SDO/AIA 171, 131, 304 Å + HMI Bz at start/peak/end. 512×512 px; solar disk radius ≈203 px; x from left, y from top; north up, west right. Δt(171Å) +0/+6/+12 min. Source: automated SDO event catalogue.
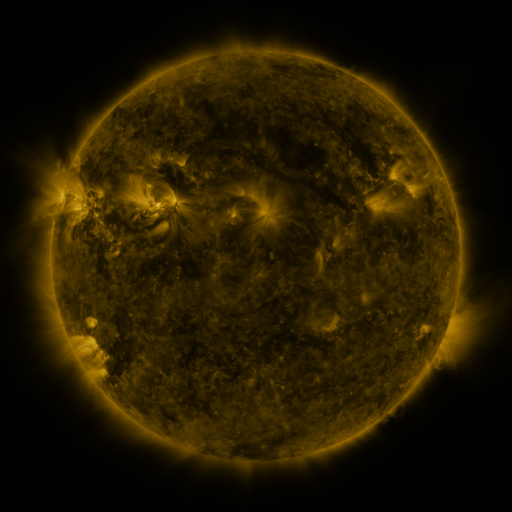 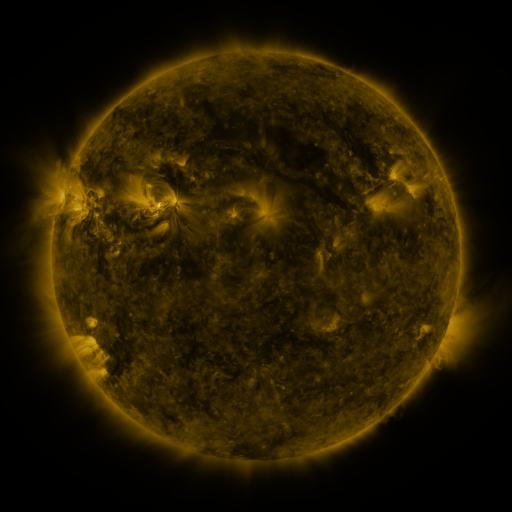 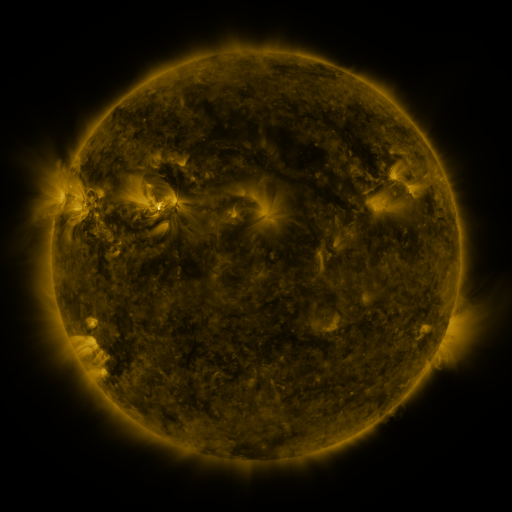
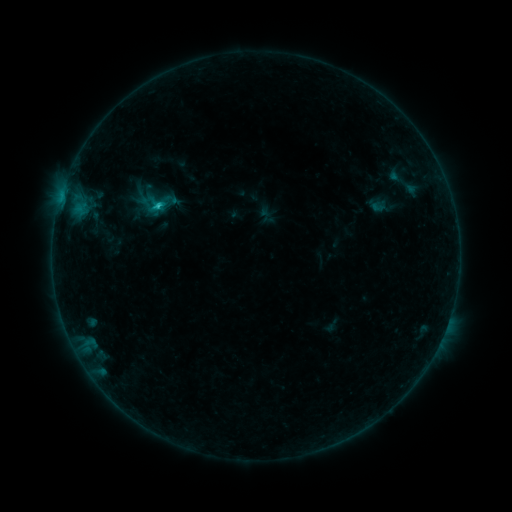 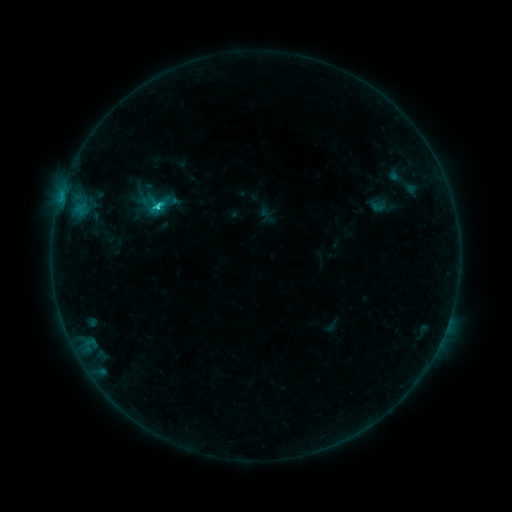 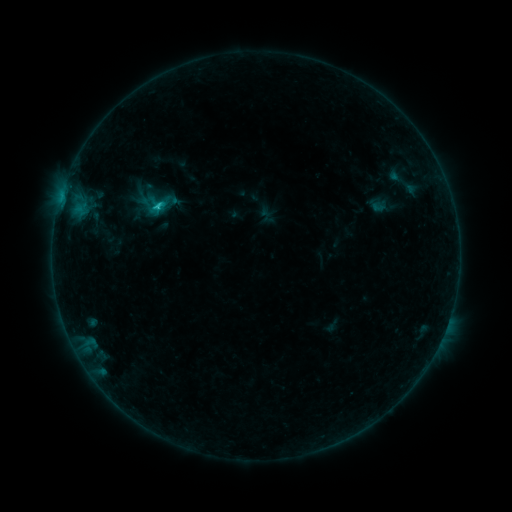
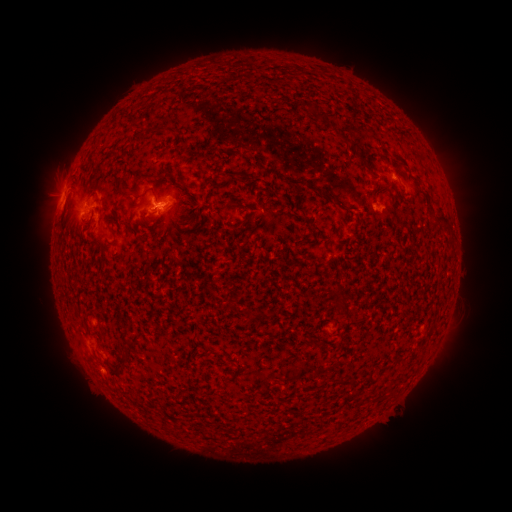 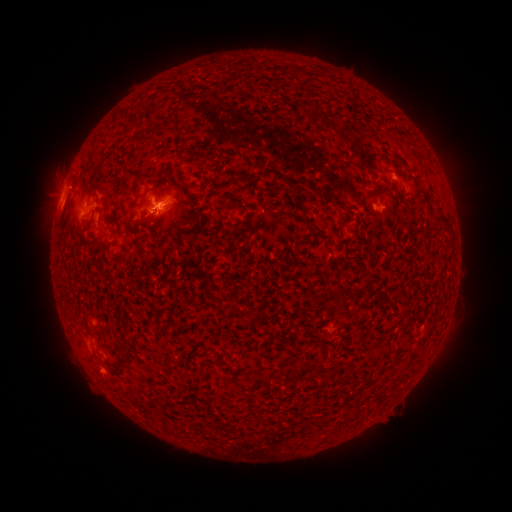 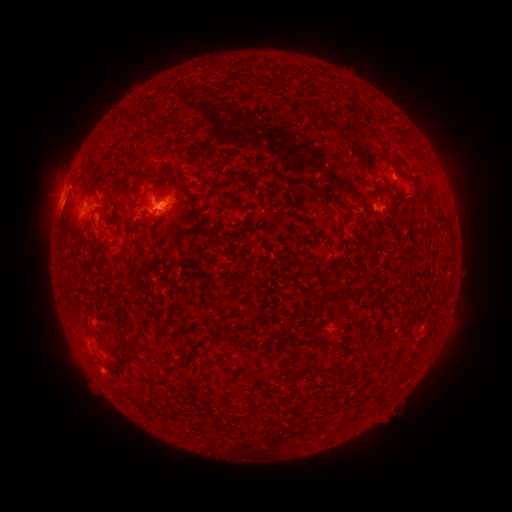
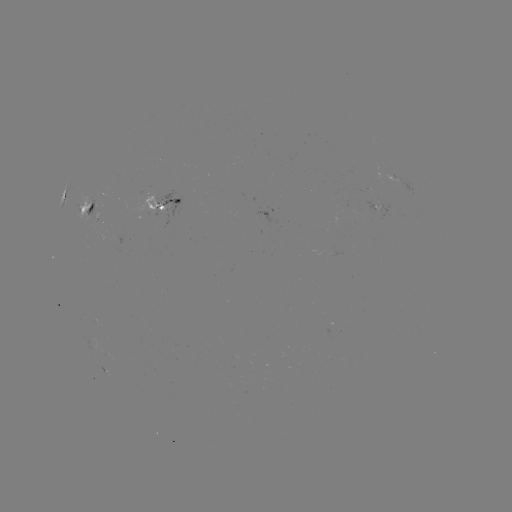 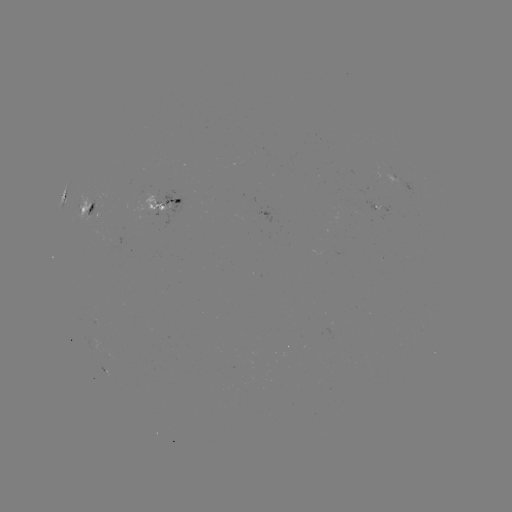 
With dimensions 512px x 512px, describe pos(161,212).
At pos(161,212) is C1.6 flare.